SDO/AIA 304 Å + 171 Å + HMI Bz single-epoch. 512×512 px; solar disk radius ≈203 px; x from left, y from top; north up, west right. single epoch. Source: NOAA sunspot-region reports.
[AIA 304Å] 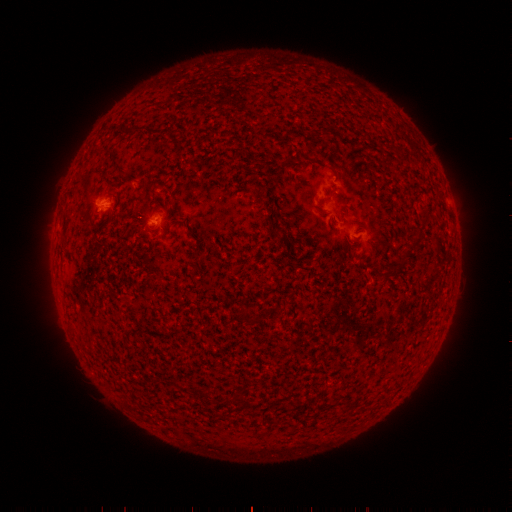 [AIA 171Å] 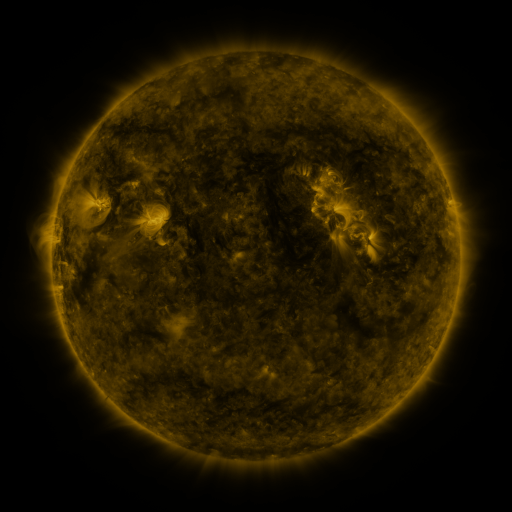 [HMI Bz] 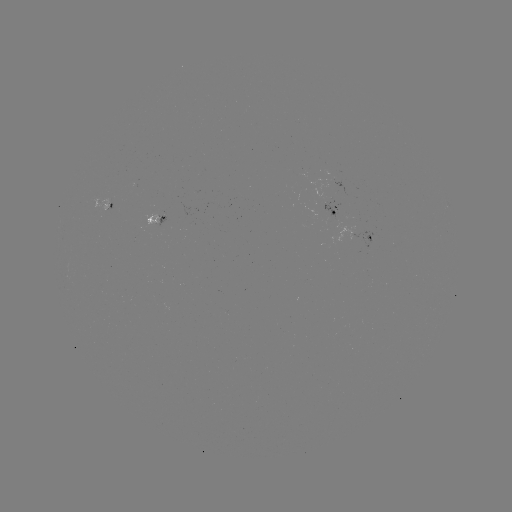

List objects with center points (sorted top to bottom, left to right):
spotted active region: (105, 202)
spotted active region: (338, 211)
spotted active region: (160, 222)
spotted active region: (372, 241)
